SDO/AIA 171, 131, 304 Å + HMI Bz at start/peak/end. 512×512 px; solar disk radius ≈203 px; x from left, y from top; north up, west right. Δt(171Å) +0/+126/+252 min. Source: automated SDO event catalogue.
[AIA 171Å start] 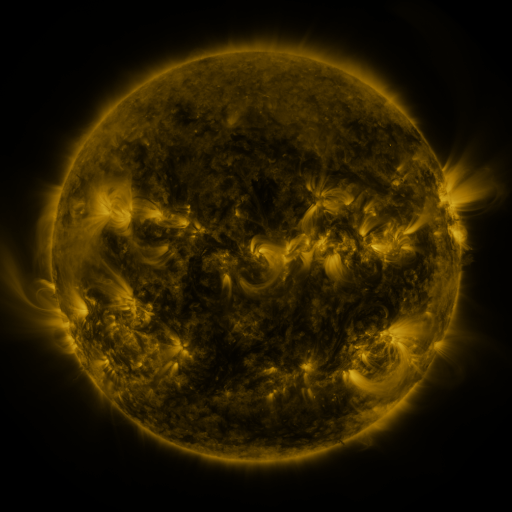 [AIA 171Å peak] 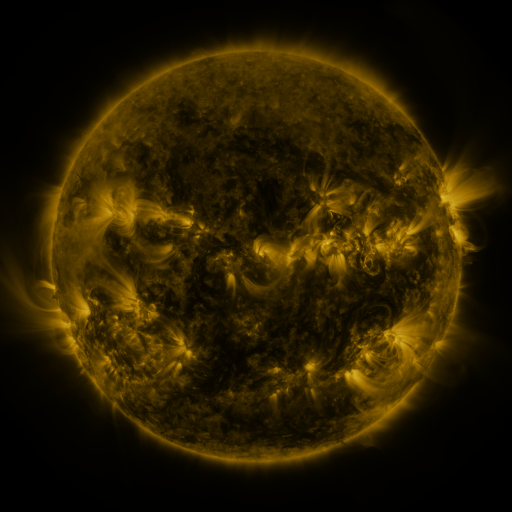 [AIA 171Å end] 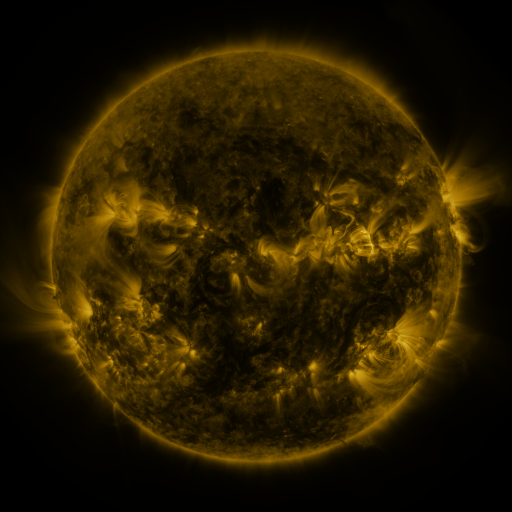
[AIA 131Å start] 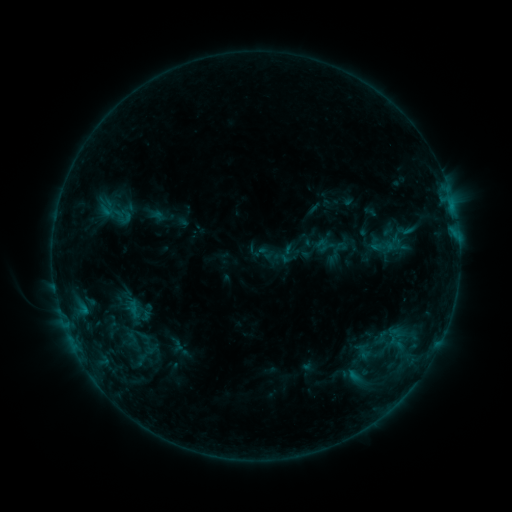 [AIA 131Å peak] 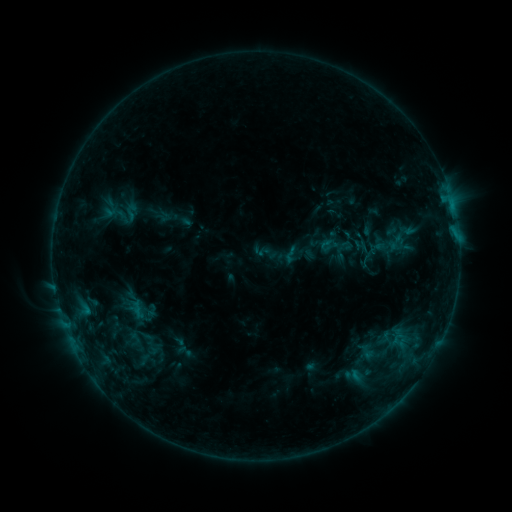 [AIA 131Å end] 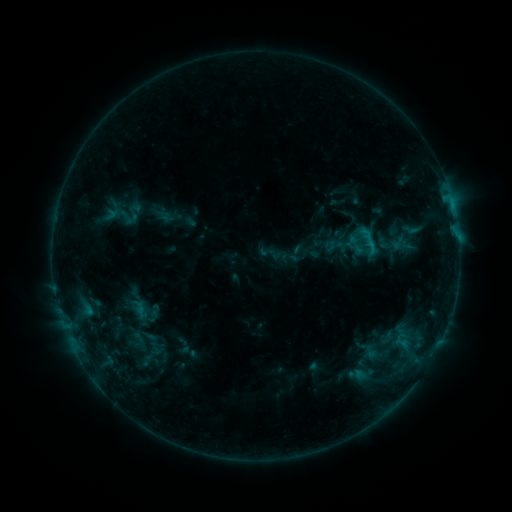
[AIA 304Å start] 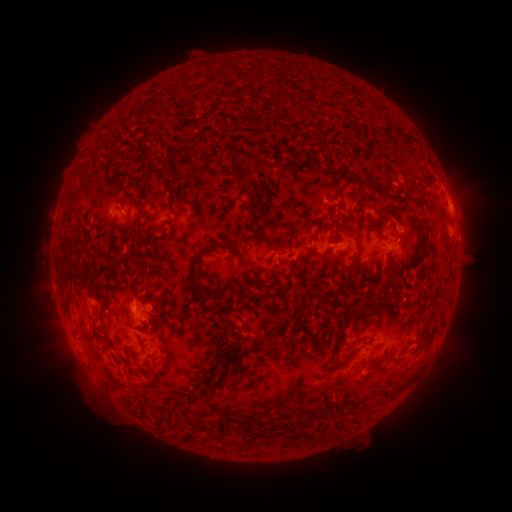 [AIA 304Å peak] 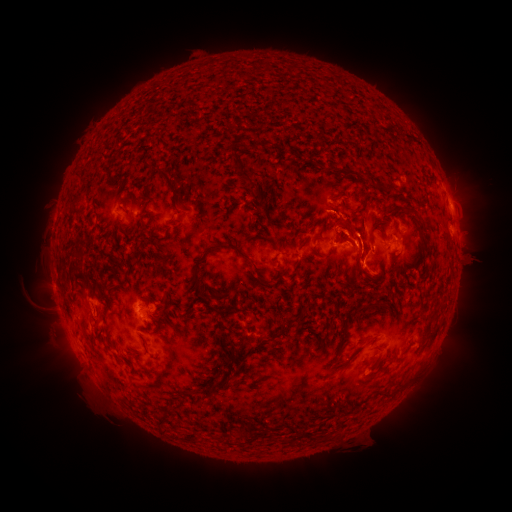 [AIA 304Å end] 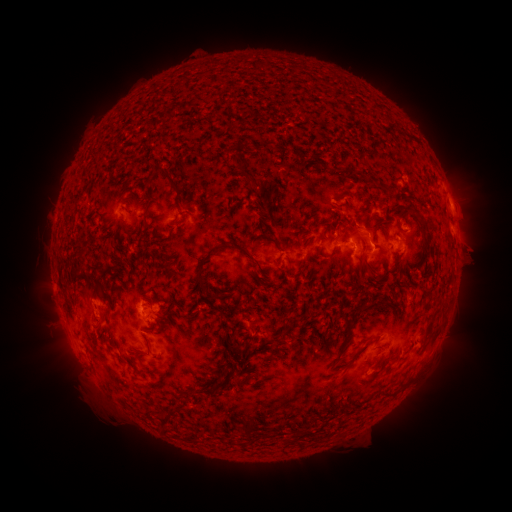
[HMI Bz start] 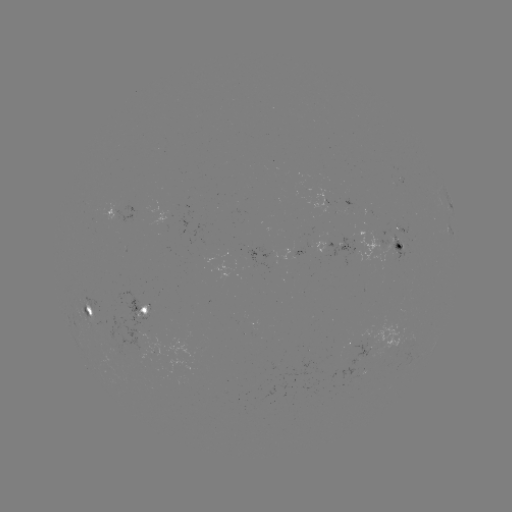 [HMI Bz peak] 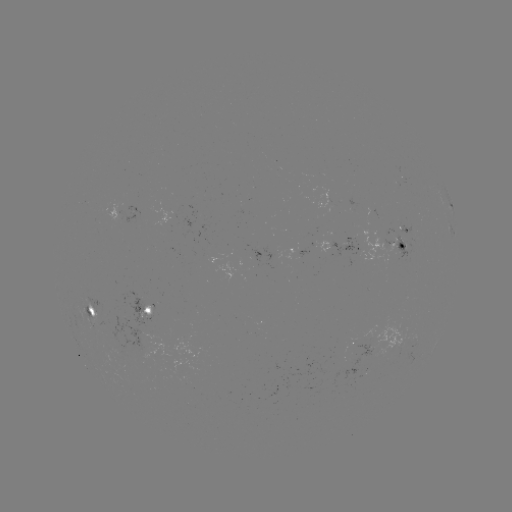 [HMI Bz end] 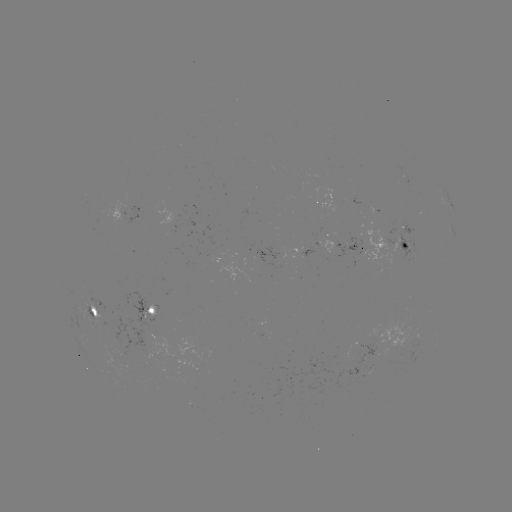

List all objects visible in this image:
filament eruption: (402, 244)
